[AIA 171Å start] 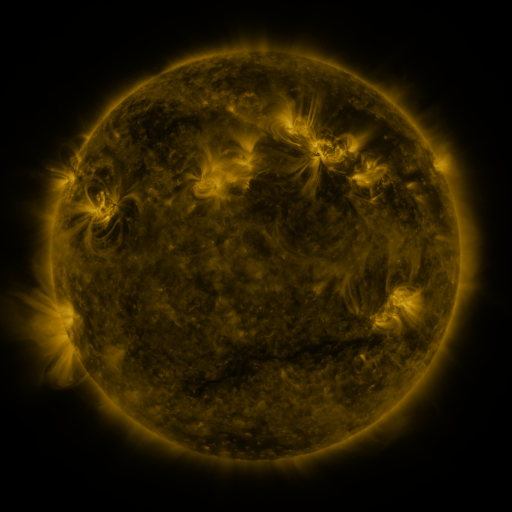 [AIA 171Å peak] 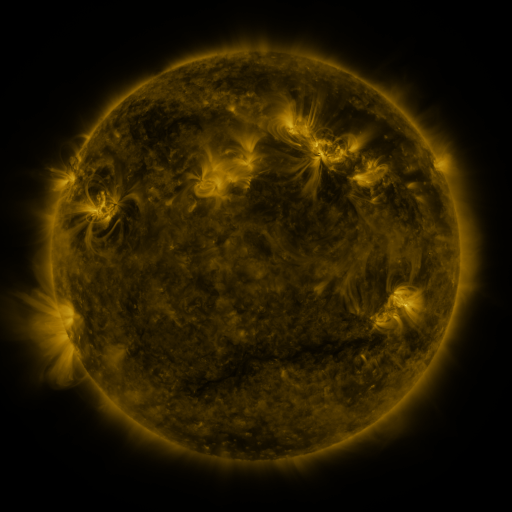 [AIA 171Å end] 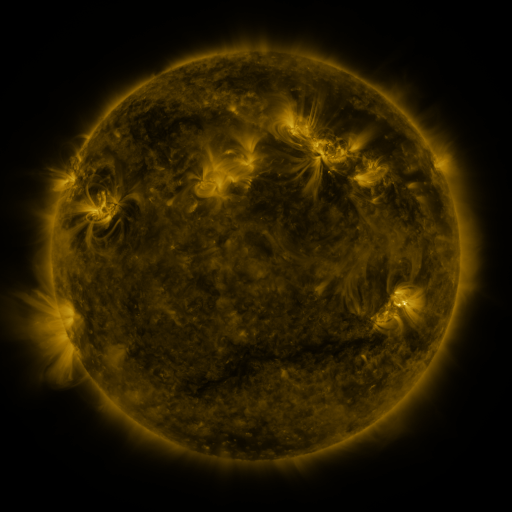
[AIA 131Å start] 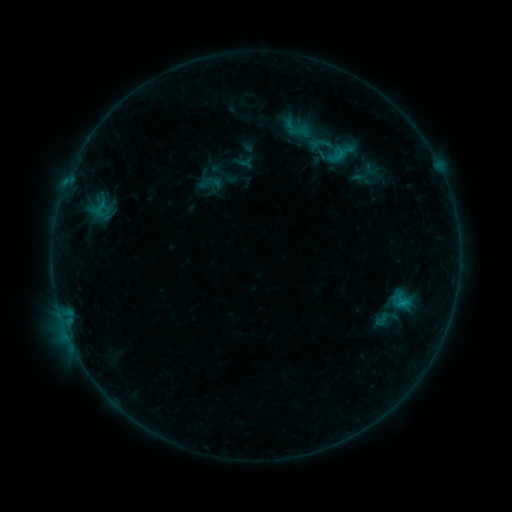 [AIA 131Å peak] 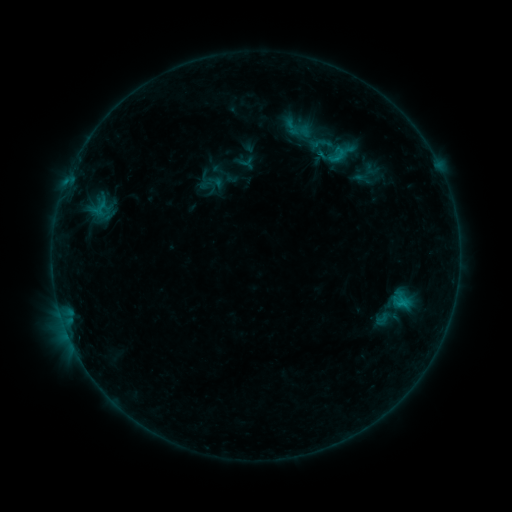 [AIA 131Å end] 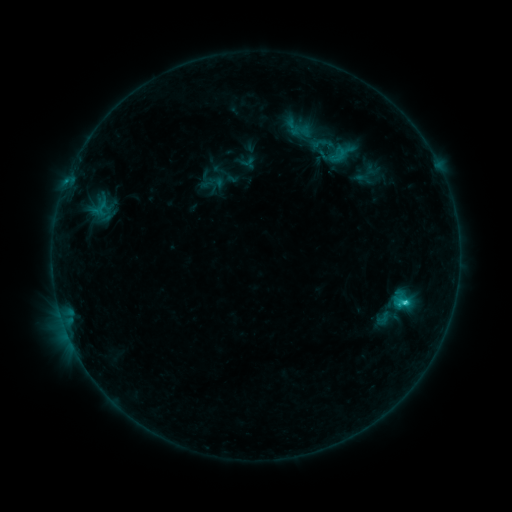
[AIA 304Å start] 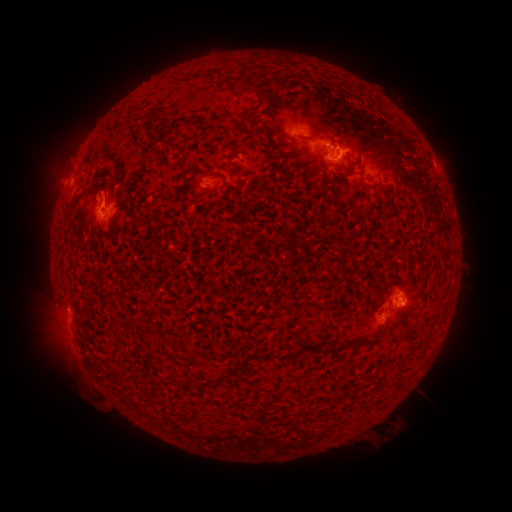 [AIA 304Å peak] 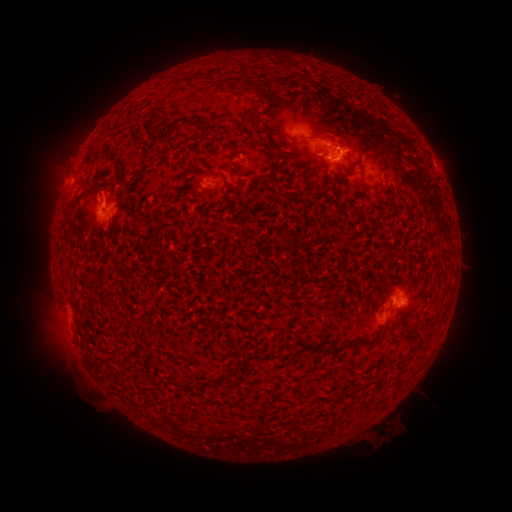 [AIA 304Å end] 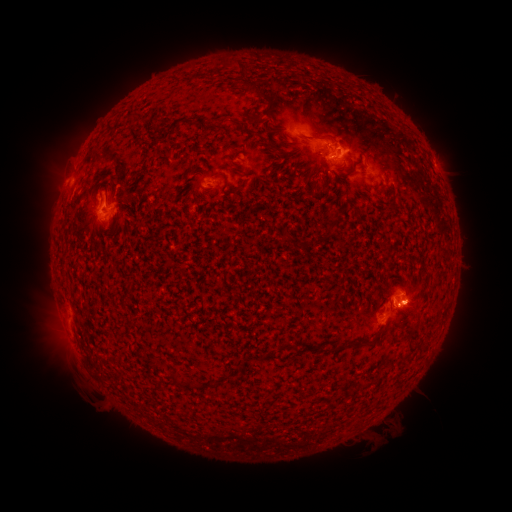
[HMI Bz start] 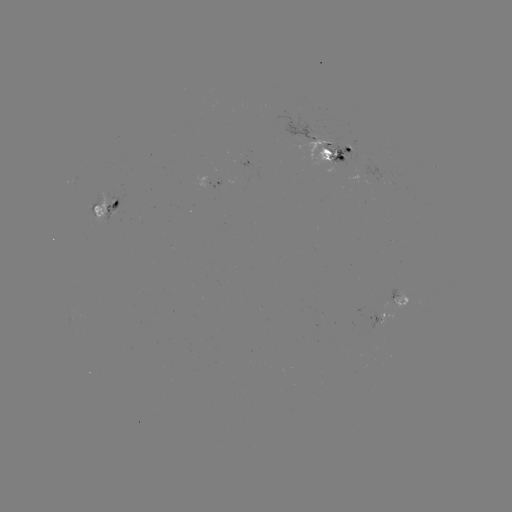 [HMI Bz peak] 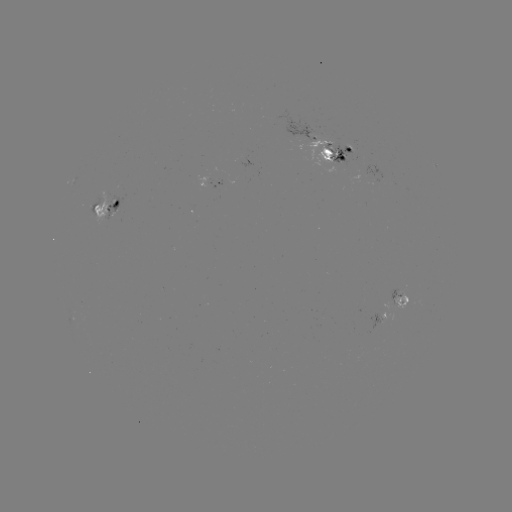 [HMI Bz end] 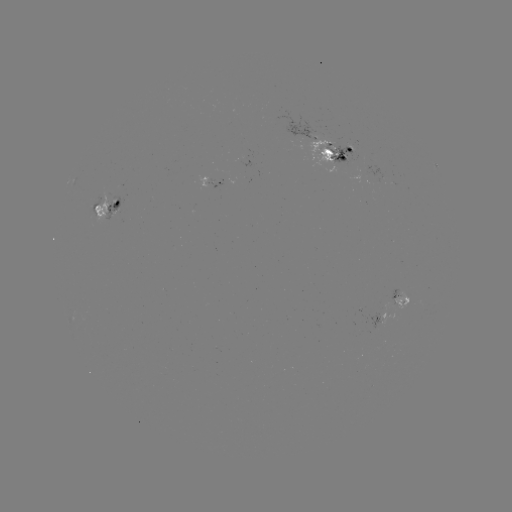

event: emerging-flux region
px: (352, 144)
